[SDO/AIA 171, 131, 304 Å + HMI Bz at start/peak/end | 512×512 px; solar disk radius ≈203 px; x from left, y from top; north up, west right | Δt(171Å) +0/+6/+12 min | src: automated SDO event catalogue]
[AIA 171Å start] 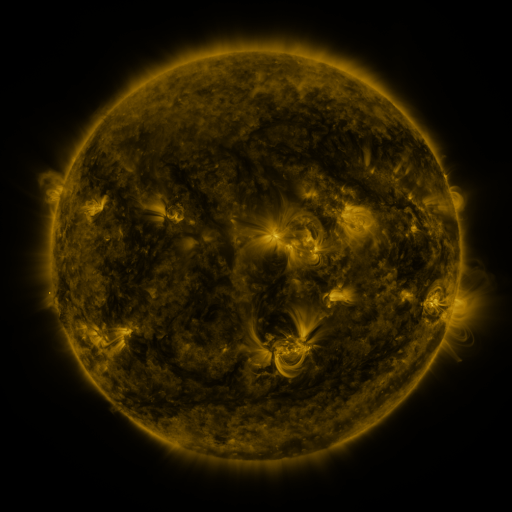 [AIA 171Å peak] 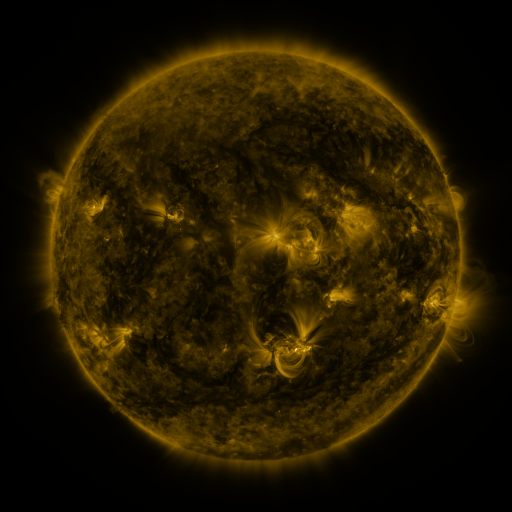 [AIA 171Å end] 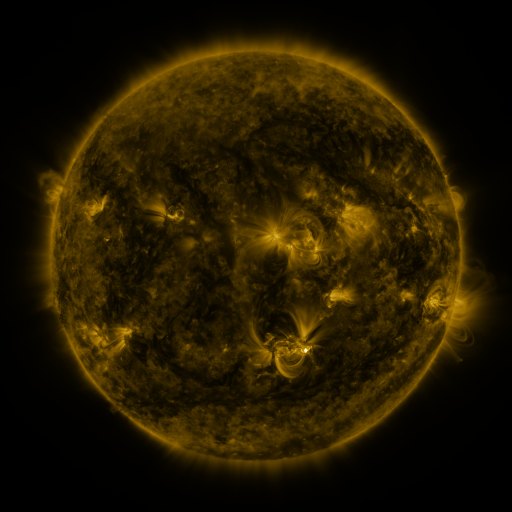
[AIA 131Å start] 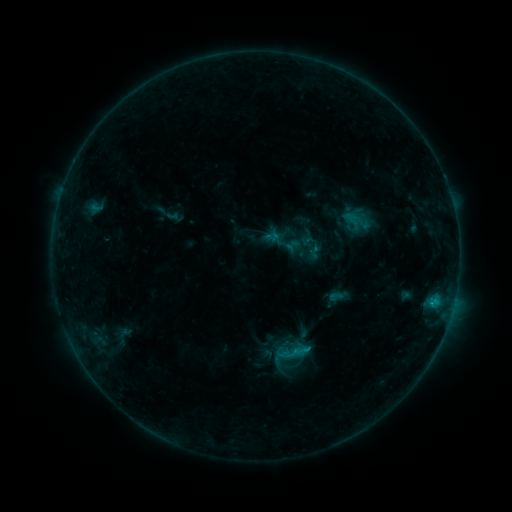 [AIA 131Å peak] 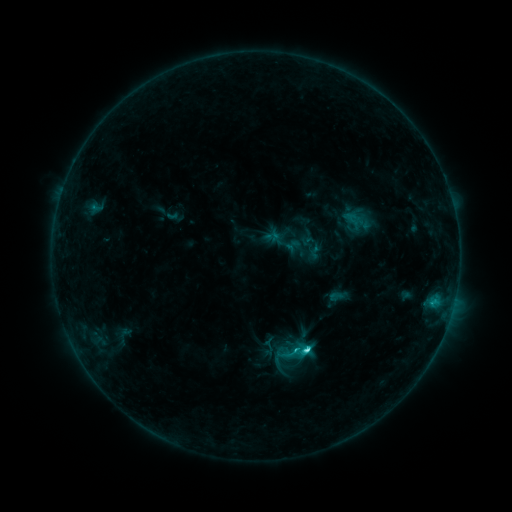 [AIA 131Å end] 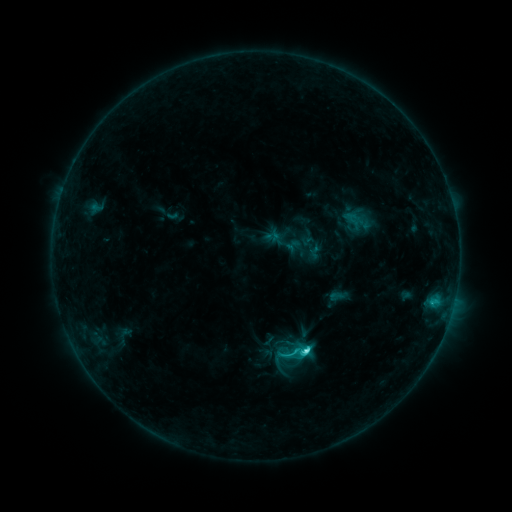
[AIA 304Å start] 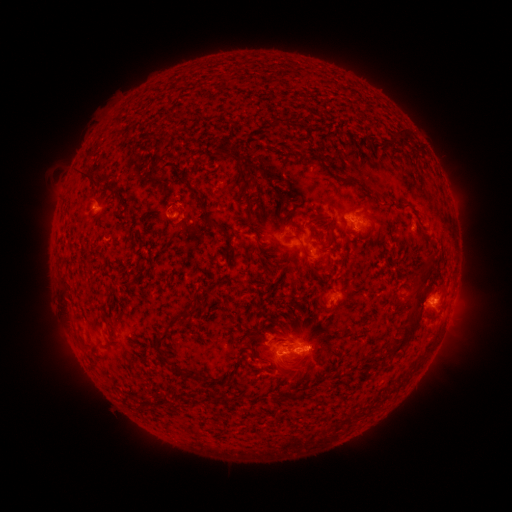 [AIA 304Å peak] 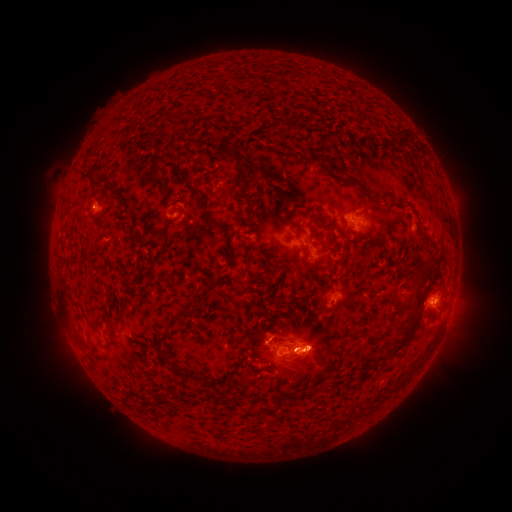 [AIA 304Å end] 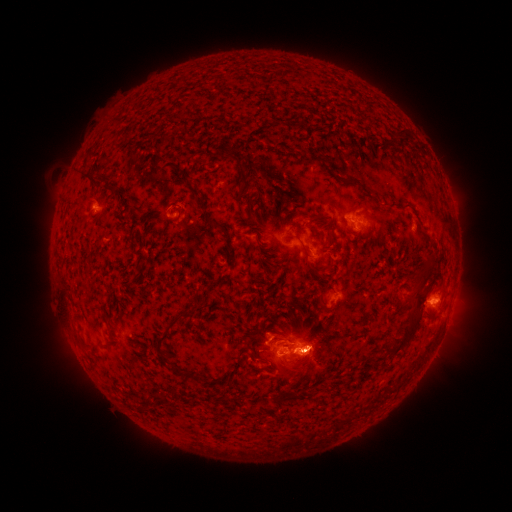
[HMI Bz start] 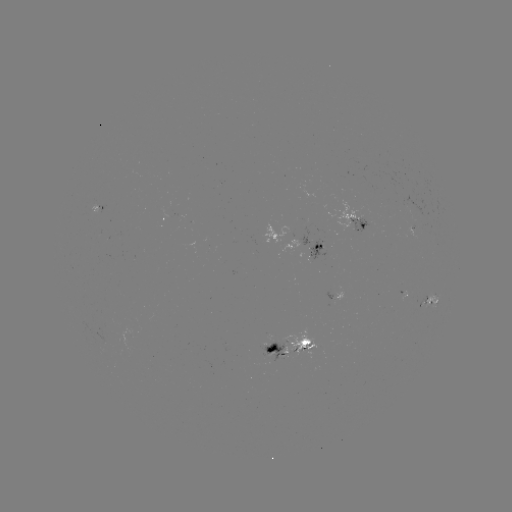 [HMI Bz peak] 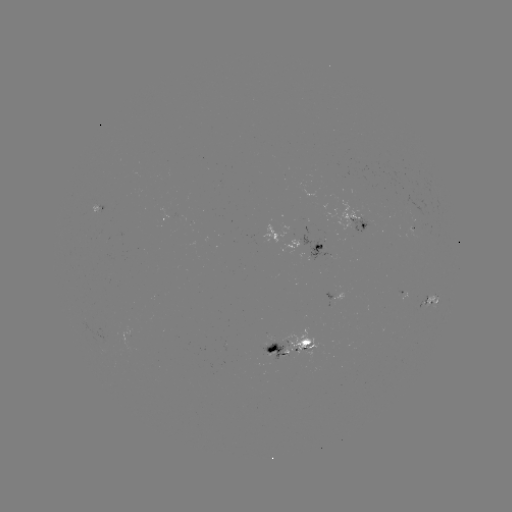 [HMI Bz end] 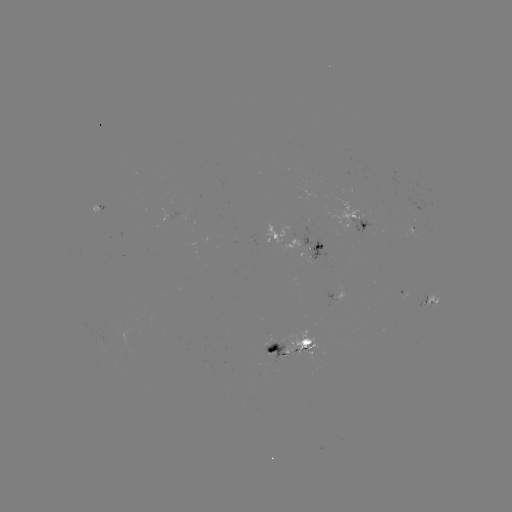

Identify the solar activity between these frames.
C5.4 flare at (305, 347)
